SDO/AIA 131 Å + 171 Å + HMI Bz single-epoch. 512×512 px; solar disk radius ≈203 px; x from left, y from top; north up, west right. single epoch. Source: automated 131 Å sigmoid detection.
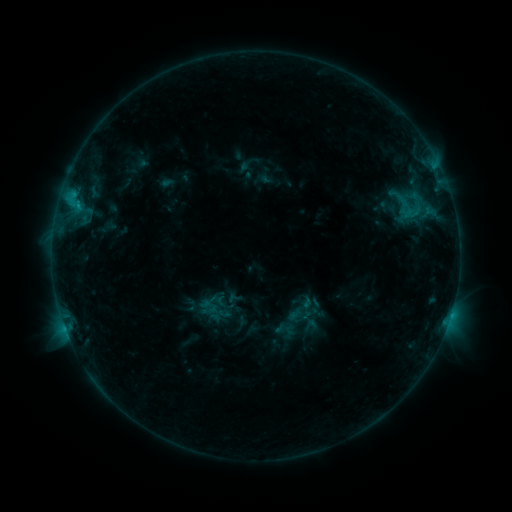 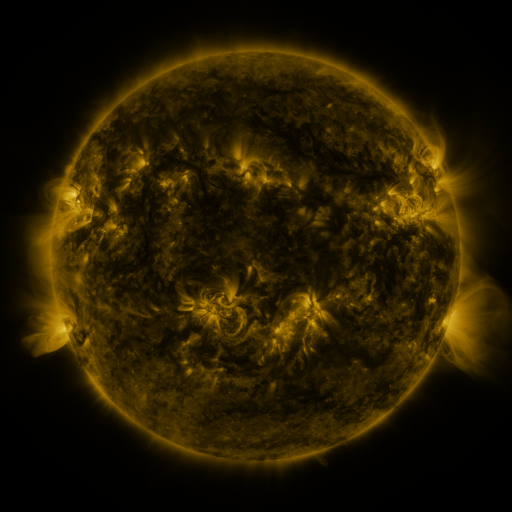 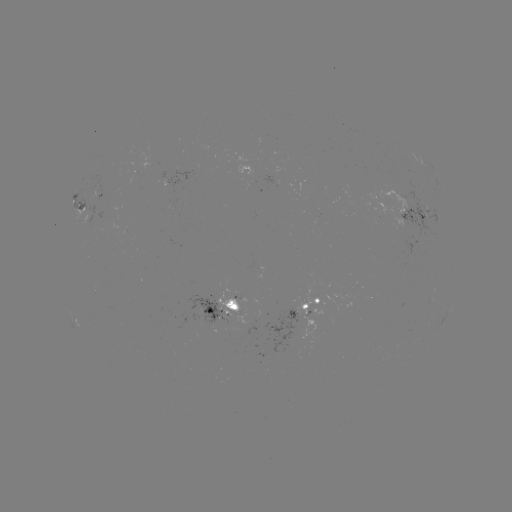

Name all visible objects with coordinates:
sigmoid: (378, 180, 434, 230)
